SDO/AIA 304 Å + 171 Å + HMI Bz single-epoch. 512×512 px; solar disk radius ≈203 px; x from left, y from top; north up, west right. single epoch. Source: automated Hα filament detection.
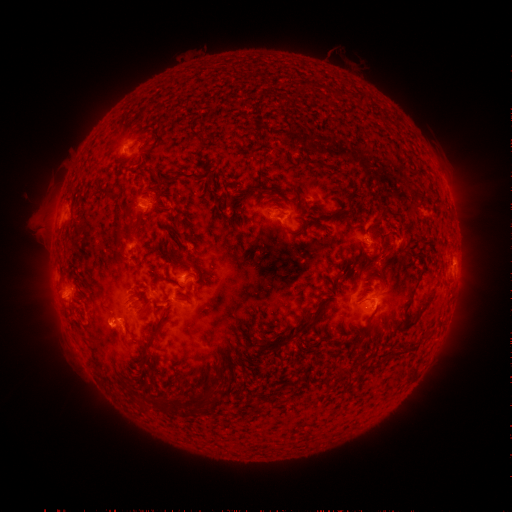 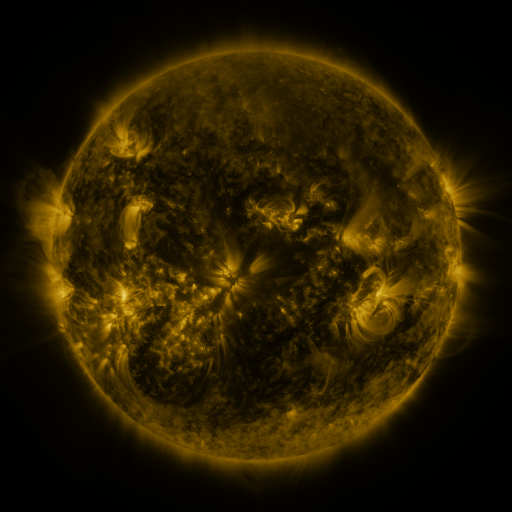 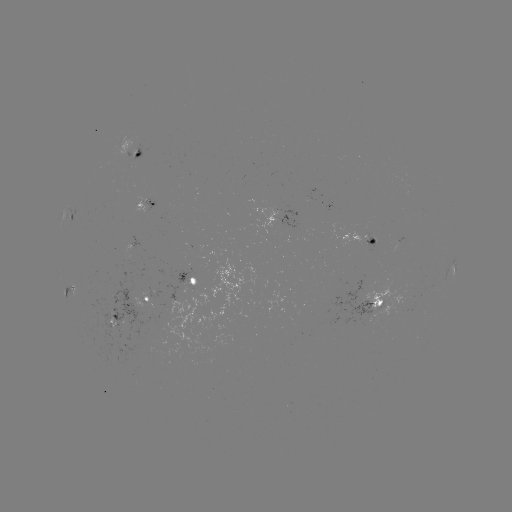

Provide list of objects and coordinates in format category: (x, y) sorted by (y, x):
filament: (362, 100)
filament: (194, 175)
filament: (105, 190)
filament: (350, 201)
filament: (383, 214)
filament: (332, 216)
filament: (180, 217)
filament: (300, 231)
filament: (120, 241)
filament: (414, 290)
filament: (143, 294)
filament: (380, 304)
filament: (426, 307)
filament: (304, 327)
filament: (152, 336)
filament: (390, 356)
filament: (203, 399)
filament: (164, 404)
filament: (256, 406)
